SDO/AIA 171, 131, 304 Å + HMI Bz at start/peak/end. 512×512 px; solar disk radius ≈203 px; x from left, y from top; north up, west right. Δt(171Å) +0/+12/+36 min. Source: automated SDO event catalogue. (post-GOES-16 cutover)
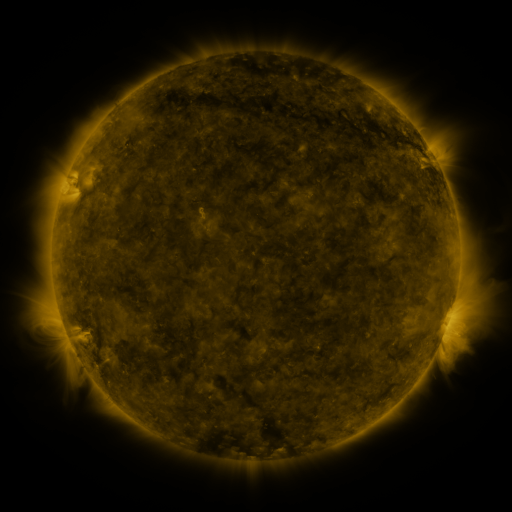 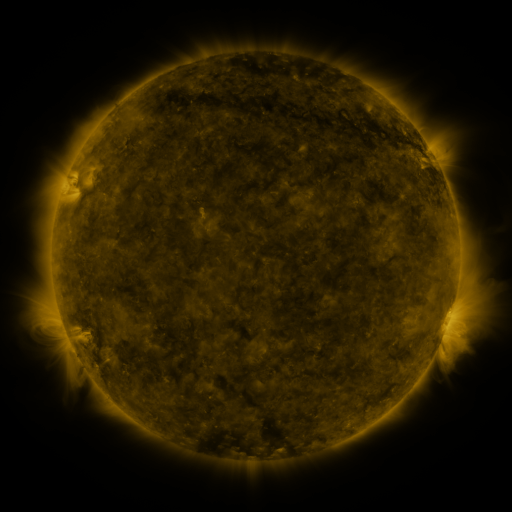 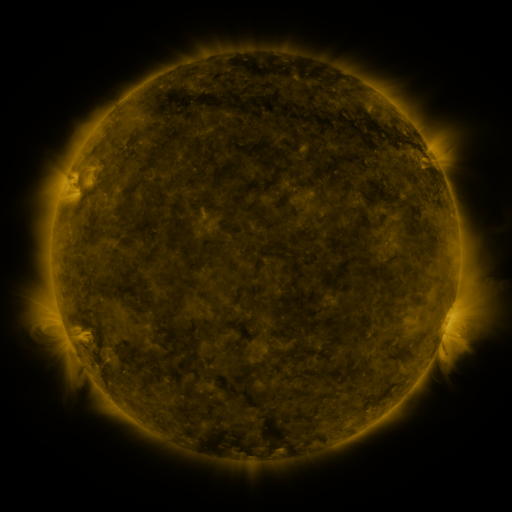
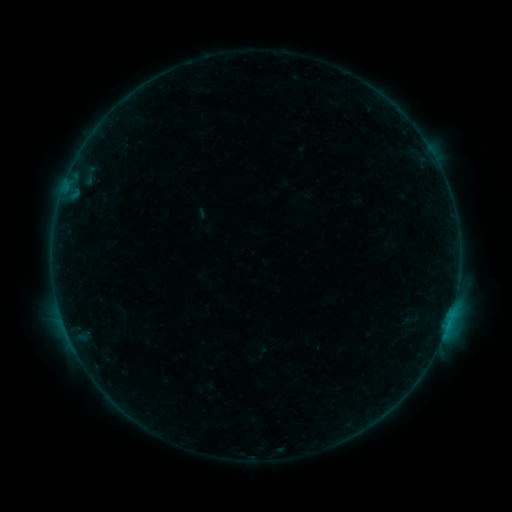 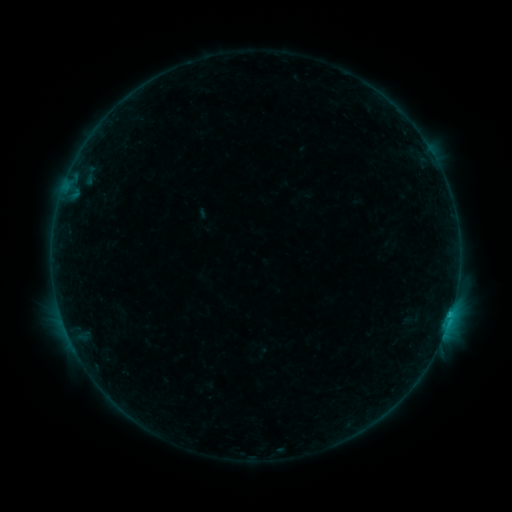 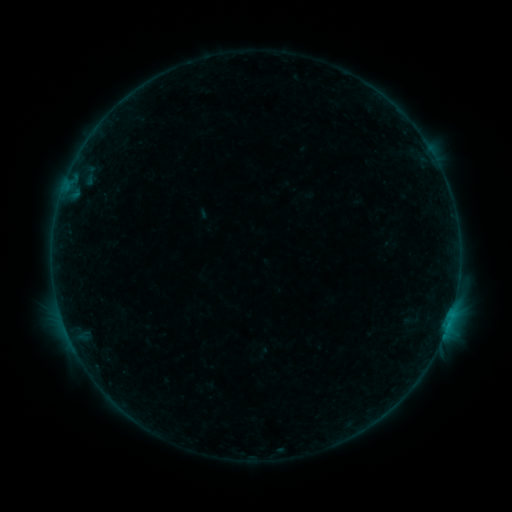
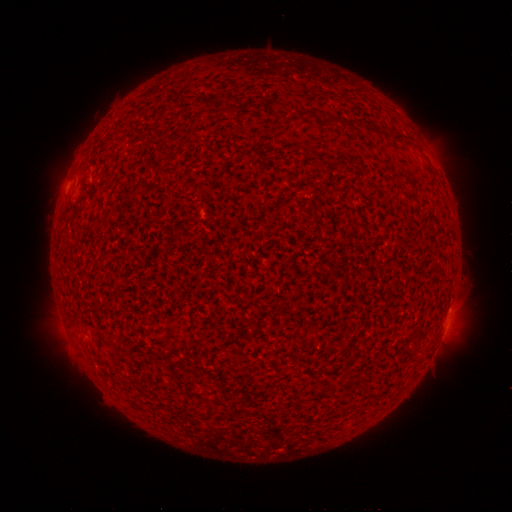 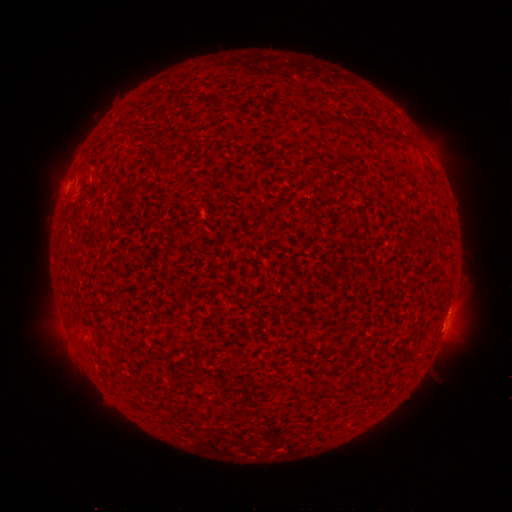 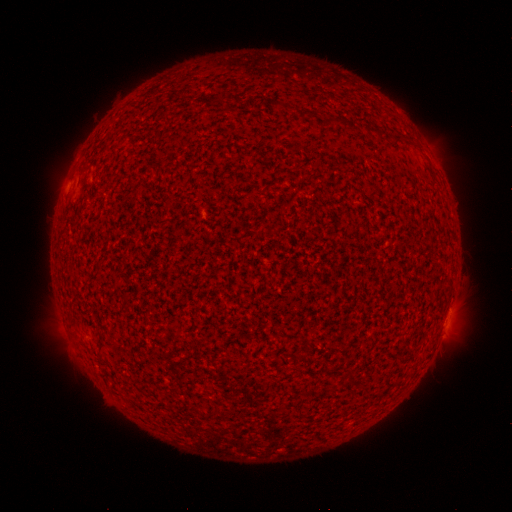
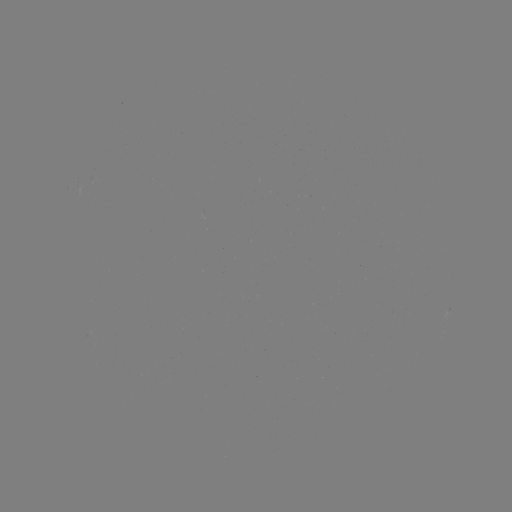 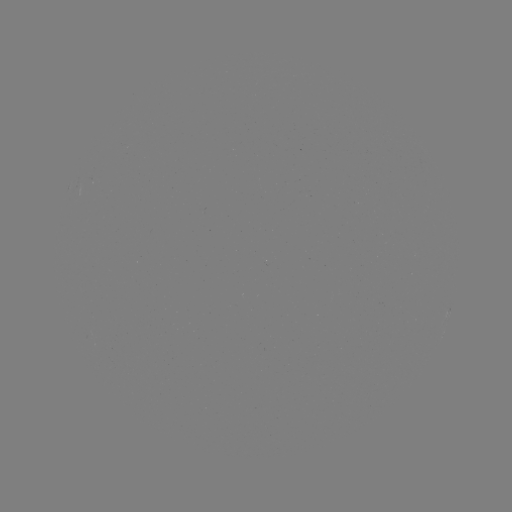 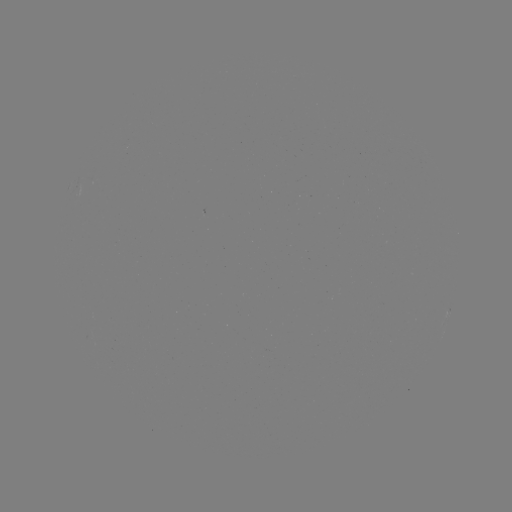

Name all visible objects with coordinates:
B7.1 flare: (450, 313)
